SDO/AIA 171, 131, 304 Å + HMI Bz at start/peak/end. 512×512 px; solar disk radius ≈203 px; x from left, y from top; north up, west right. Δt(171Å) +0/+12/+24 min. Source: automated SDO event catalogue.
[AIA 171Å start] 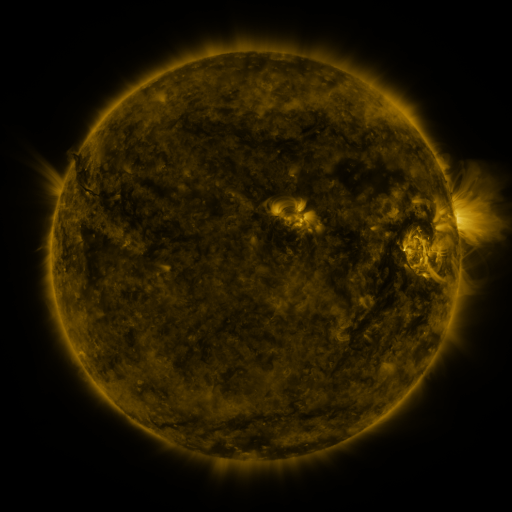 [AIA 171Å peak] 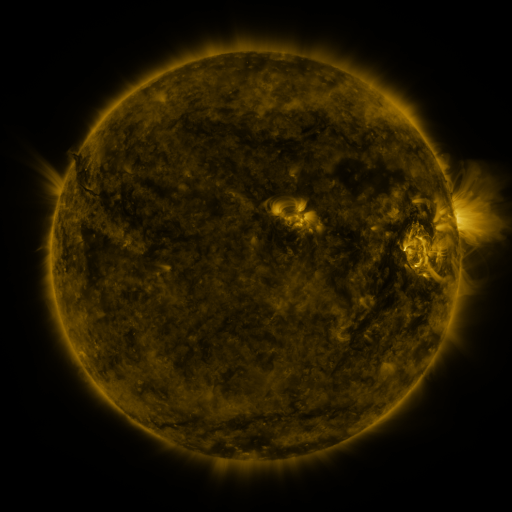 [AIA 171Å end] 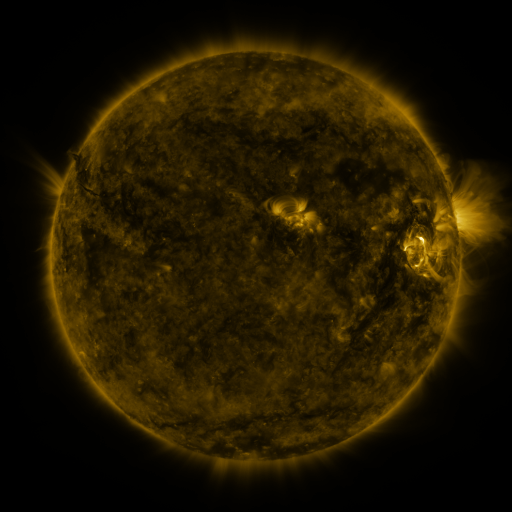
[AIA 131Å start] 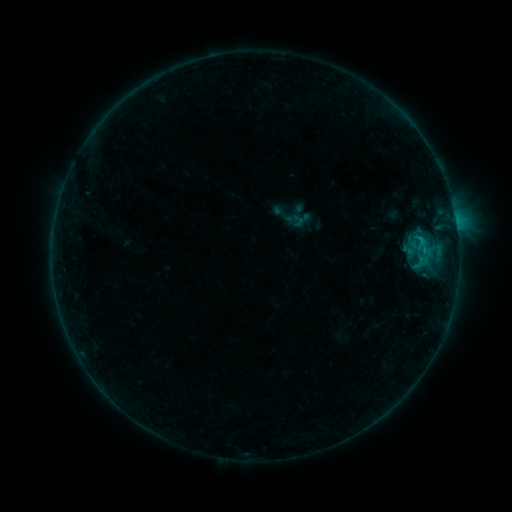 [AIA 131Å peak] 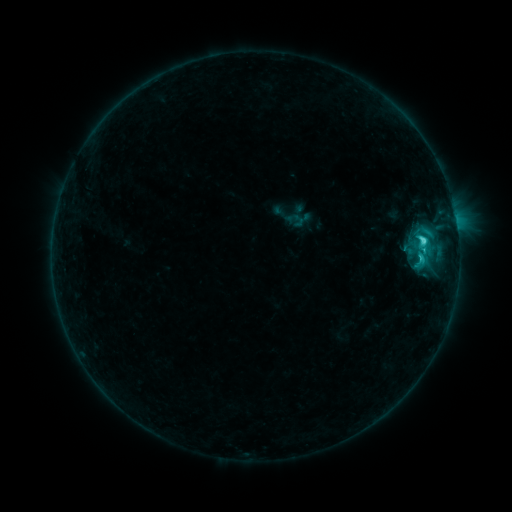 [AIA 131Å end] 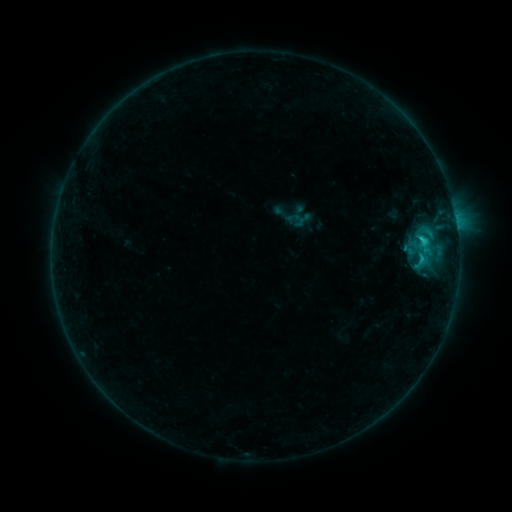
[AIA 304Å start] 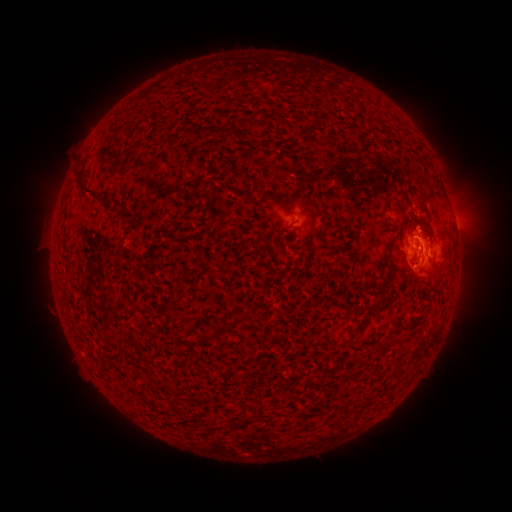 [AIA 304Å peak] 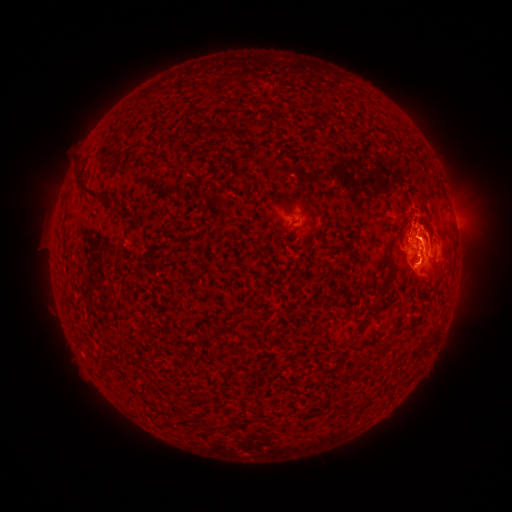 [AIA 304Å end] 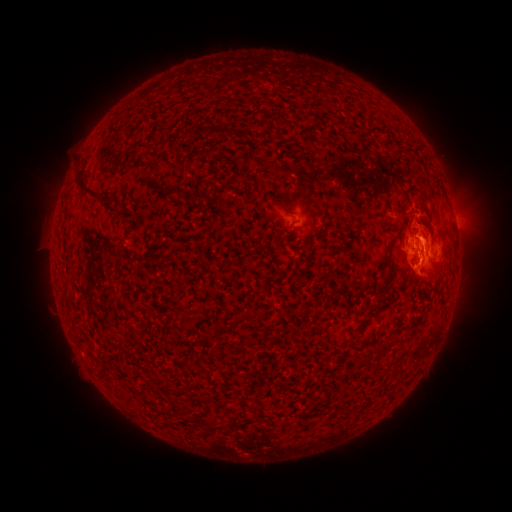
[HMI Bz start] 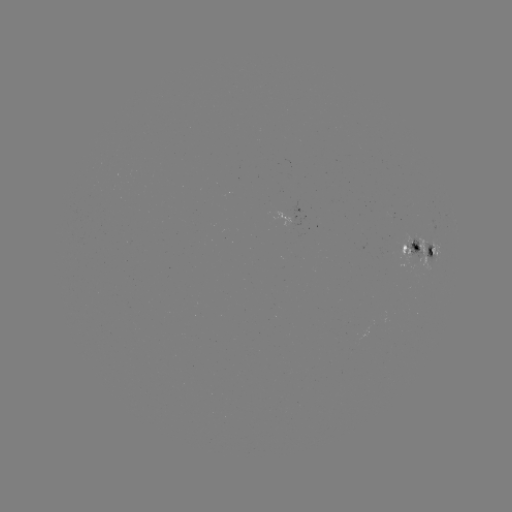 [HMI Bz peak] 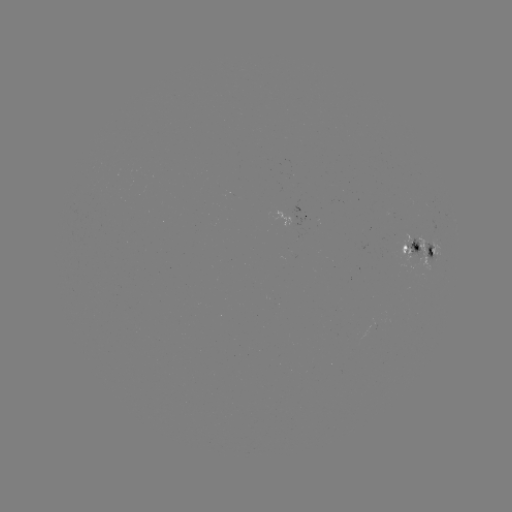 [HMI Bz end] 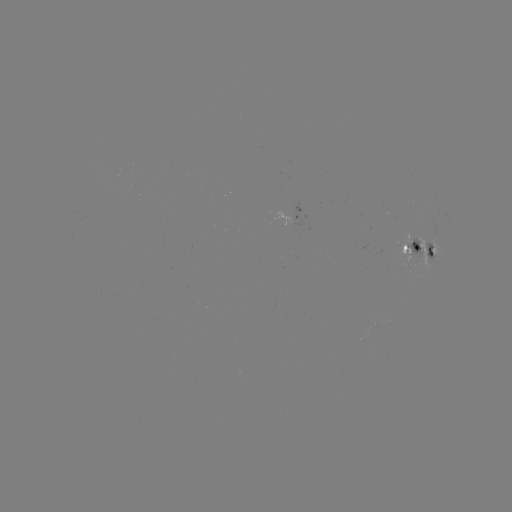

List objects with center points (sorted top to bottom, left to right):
C3.6 flare: (421, 241)
